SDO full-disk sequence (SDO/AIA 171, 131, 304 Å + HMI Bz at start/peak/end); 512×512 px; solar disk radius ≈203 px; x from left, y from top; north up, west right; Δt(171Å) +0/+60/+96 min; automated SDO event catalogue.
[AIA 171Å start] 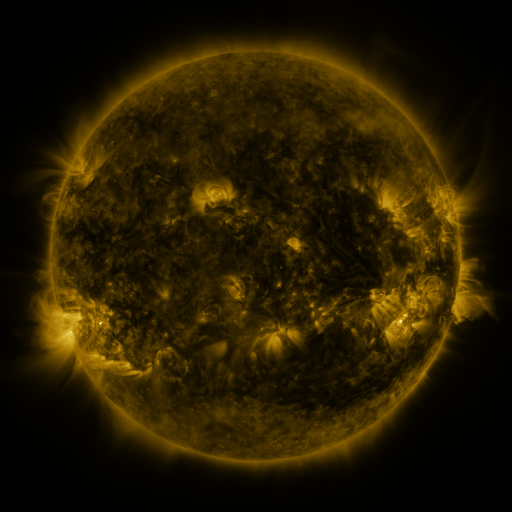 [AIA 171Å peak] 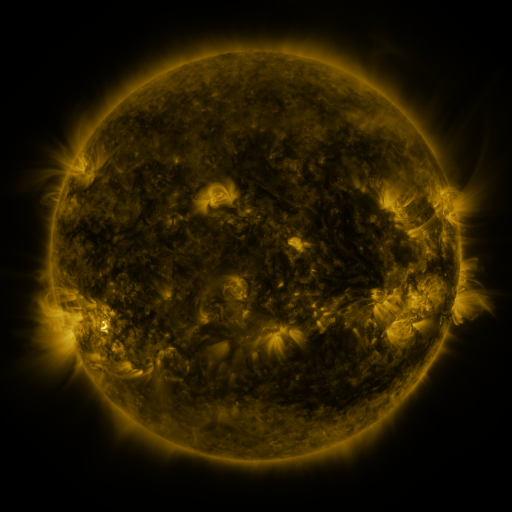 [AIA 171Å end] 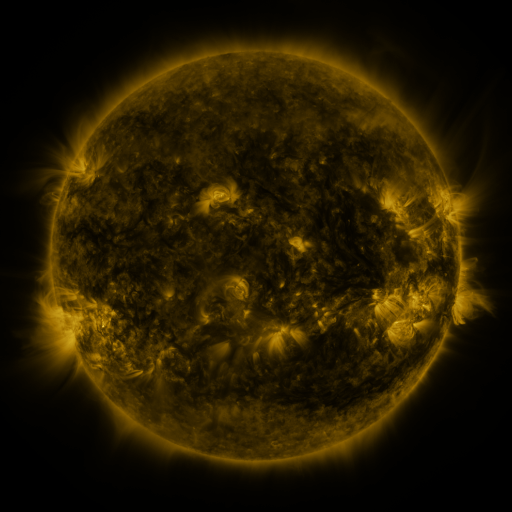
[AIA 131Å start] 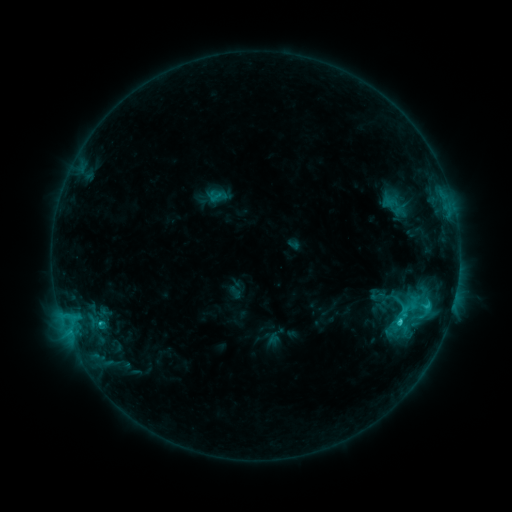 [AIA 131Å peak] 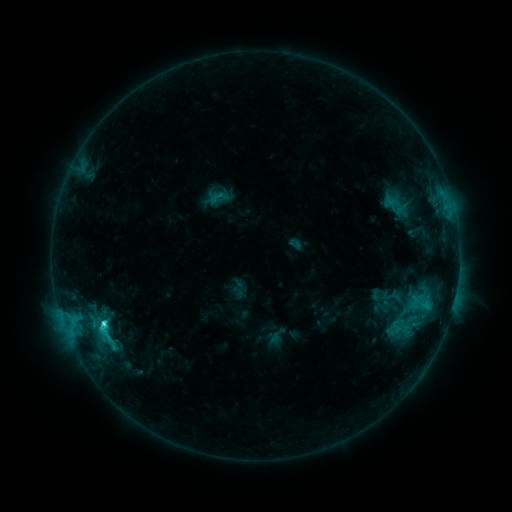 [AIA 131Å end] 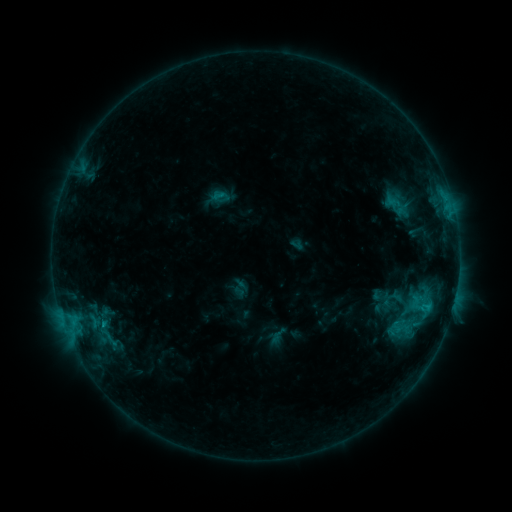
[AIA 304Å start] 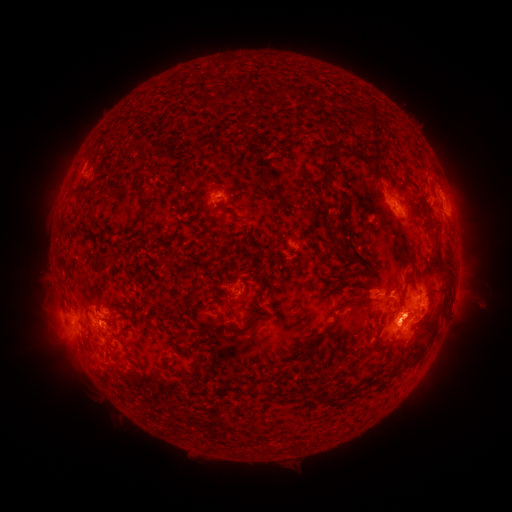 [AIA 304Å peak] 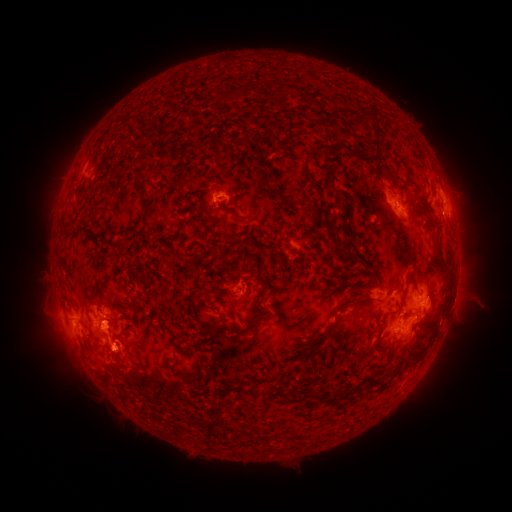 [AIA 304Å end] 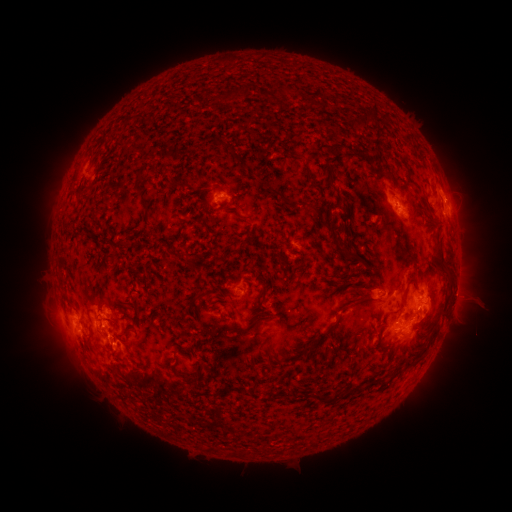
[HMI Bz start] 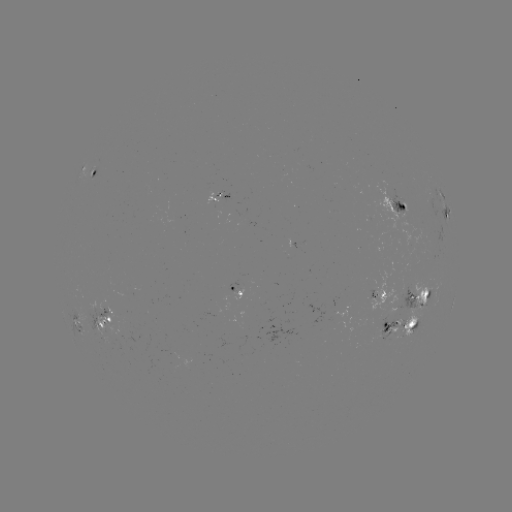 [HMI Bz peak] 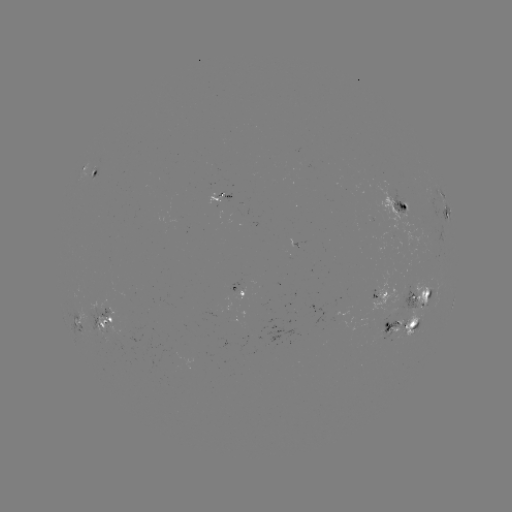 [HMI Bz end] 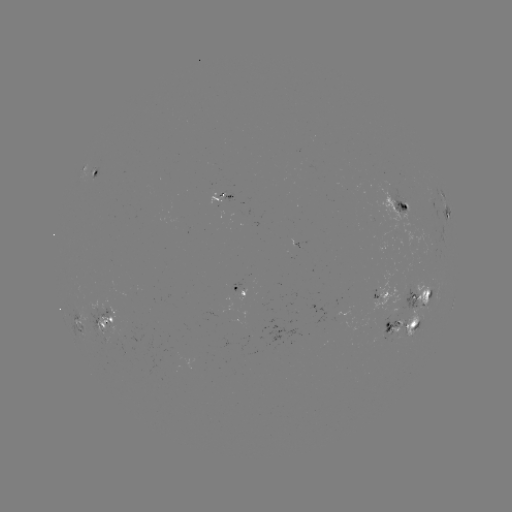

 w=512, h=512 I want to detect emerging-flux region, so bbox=[375, 314, 398, 339].